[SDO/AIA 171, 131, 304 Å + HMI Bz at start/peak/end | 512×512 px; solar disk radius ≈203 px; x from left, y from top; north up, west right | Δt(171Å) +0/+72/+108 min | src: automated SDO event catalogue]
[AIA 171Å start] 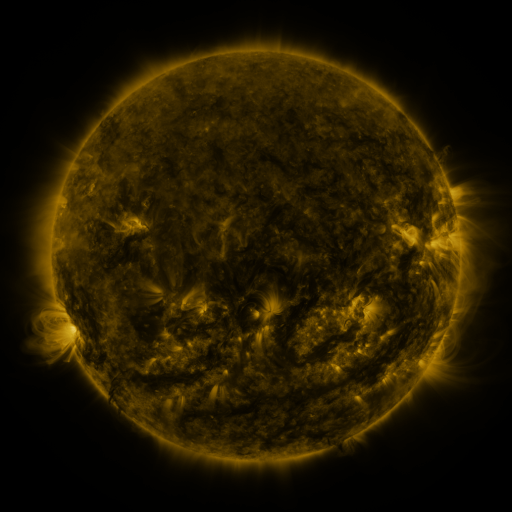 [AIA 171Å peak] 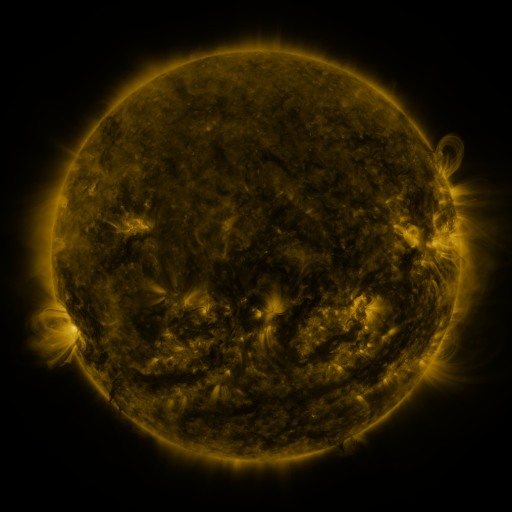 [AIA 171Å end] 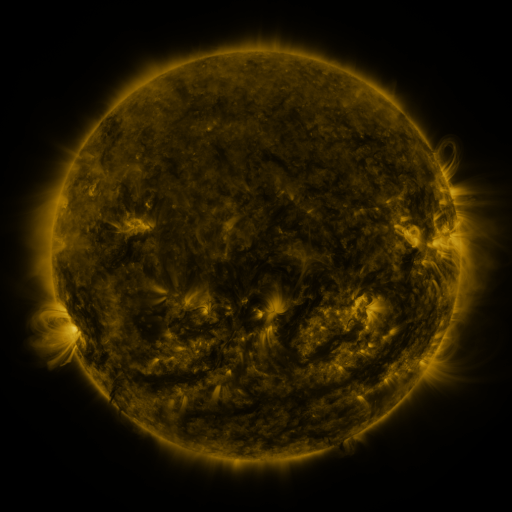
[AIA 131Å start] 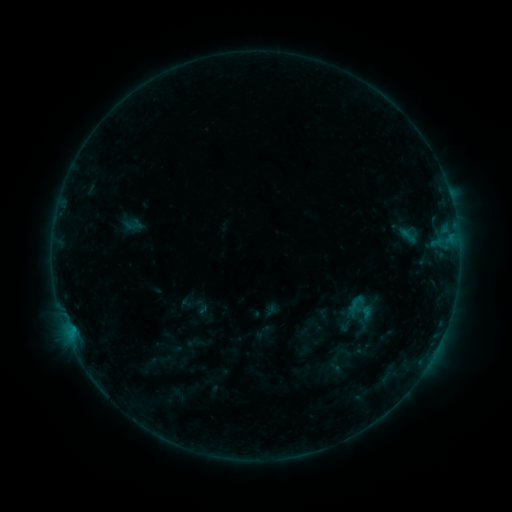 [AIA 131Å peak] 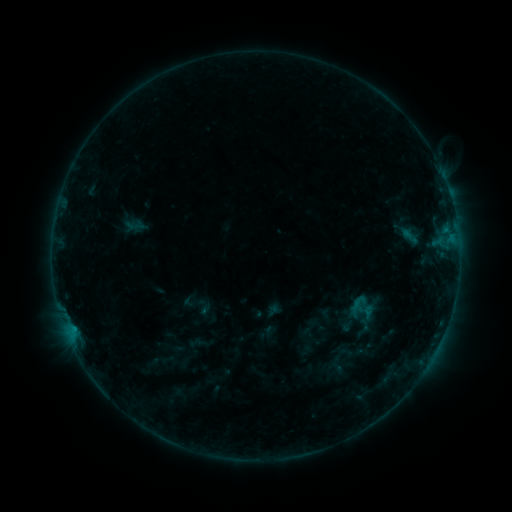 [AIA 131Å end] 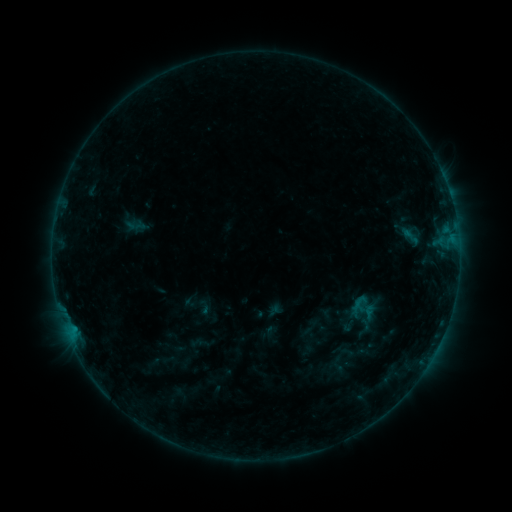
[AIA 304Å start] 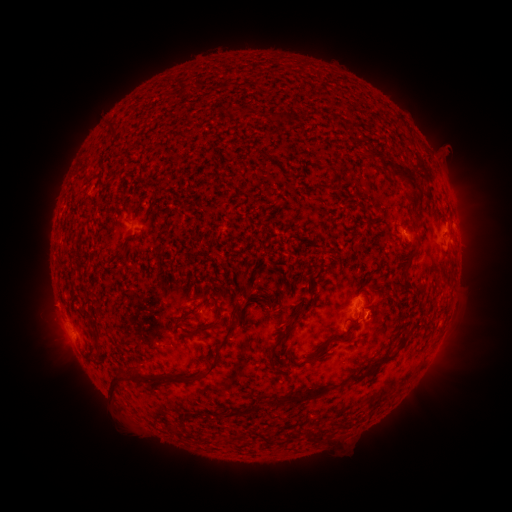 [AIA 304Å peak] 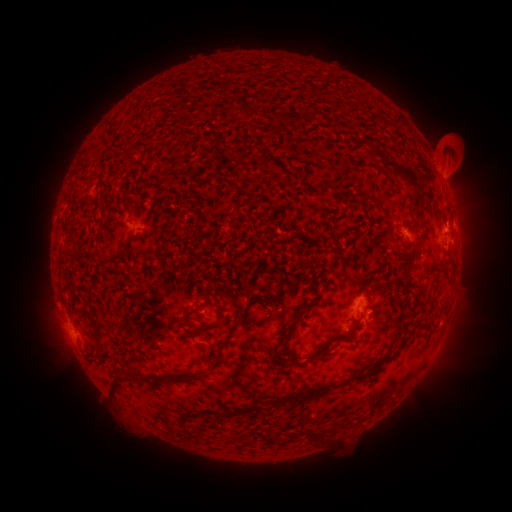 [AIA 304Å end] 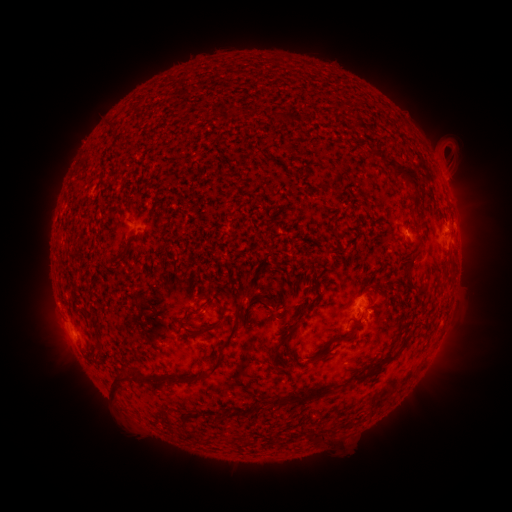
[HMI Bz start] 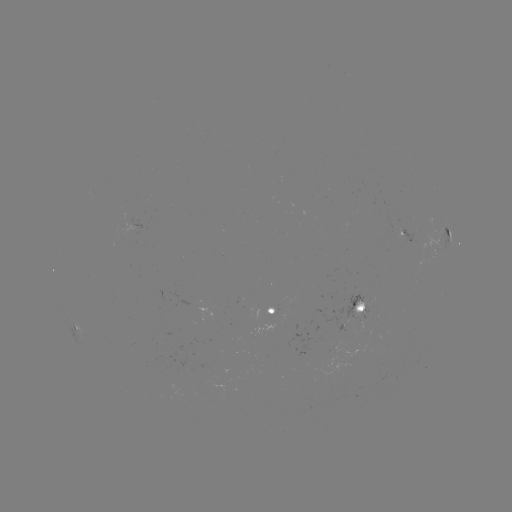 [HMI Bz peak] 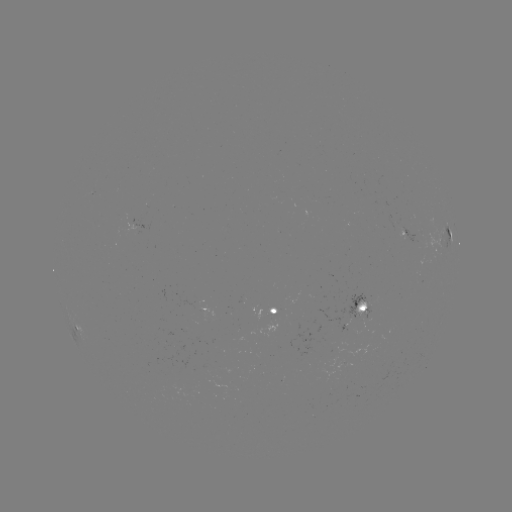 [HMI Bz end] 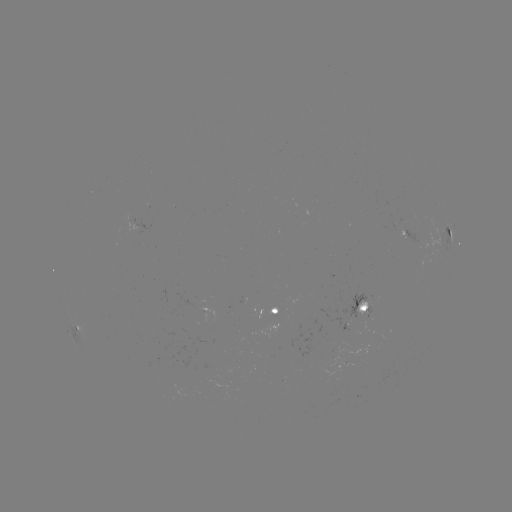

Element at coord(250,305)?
emerging-flux region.